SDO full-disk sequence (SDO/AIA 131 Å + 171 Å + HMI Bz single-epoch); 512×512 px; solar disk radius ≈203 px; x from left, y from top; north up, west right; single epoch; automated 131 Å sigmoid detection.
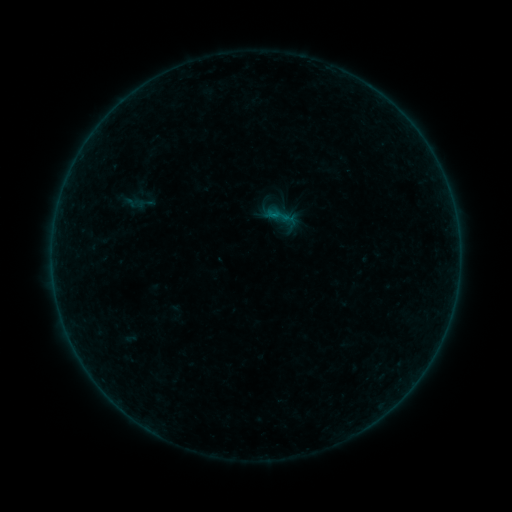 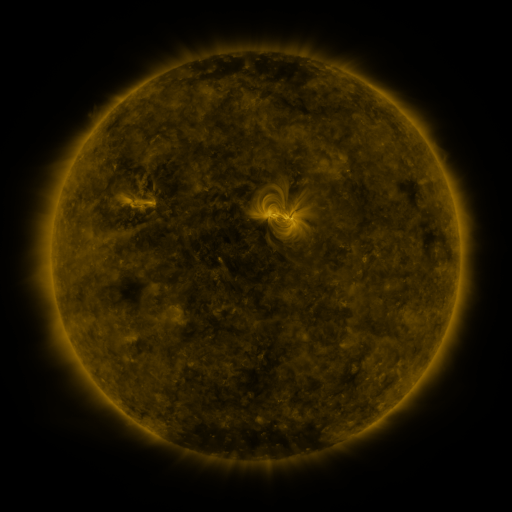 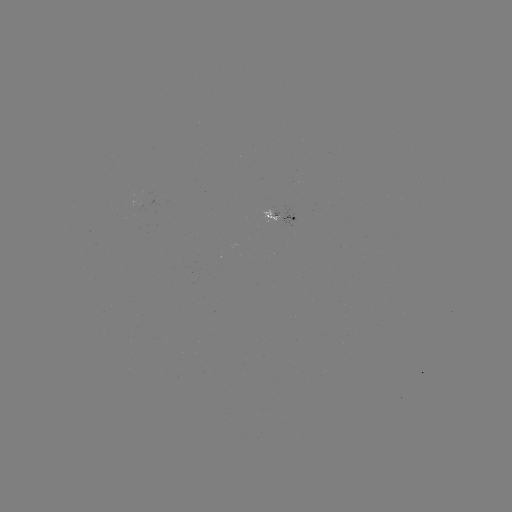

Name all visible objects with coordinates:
sigmoid: (268, 204, 290, 227)
